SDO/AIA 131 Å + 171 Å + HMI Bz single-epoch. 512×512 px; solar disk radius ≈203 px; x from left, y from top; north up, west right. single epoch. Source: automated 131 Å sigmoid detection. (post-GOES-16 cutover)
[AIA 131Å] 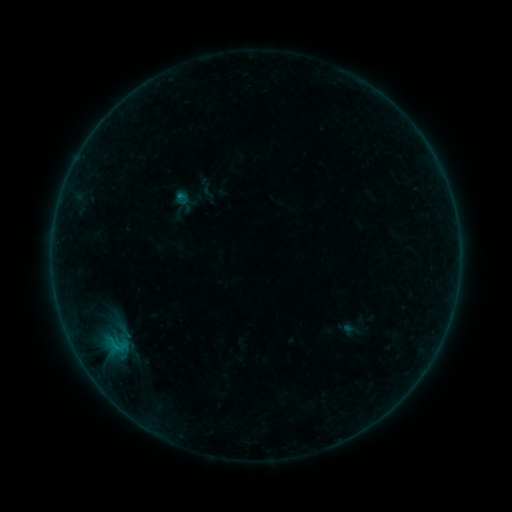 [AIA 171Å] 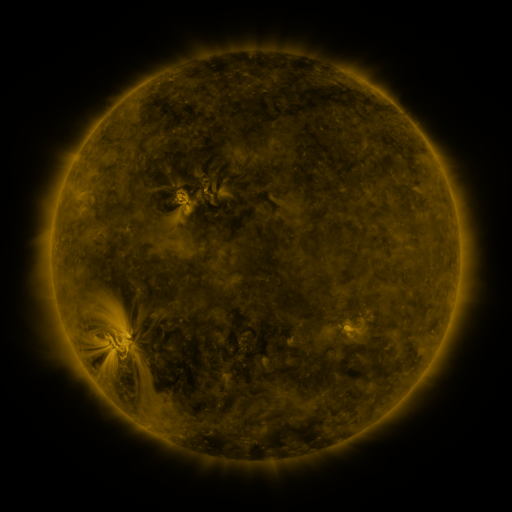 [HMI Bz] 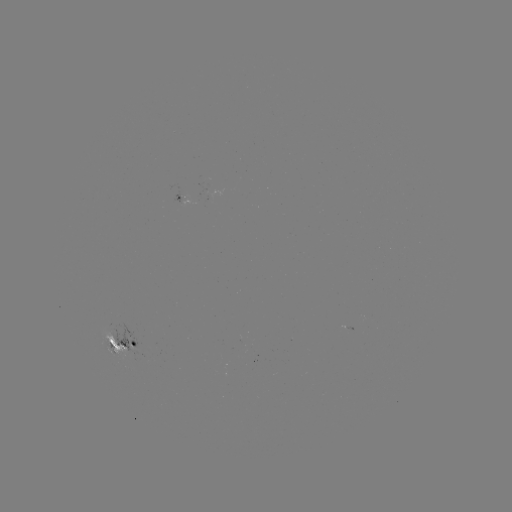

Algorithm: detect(sigmoid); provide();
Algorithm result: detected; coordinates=182,198